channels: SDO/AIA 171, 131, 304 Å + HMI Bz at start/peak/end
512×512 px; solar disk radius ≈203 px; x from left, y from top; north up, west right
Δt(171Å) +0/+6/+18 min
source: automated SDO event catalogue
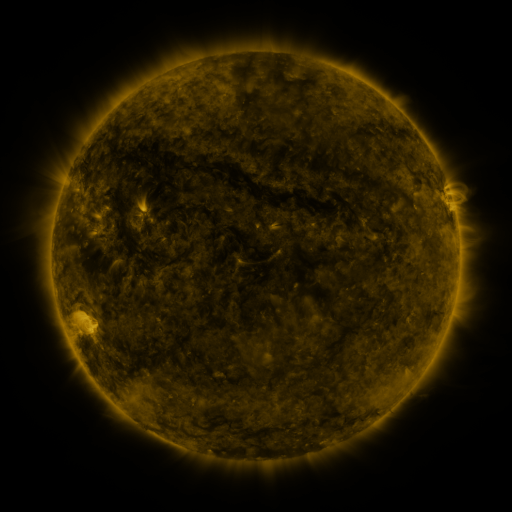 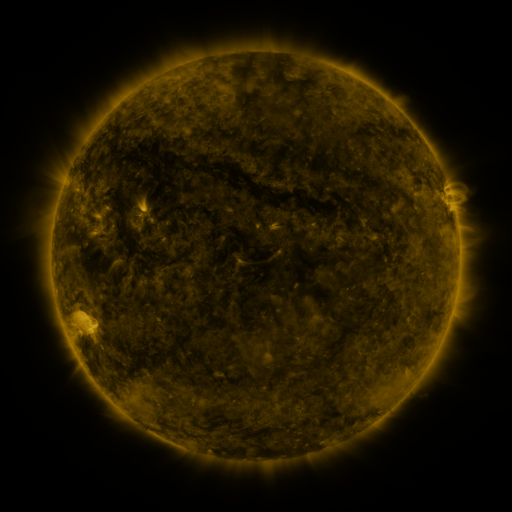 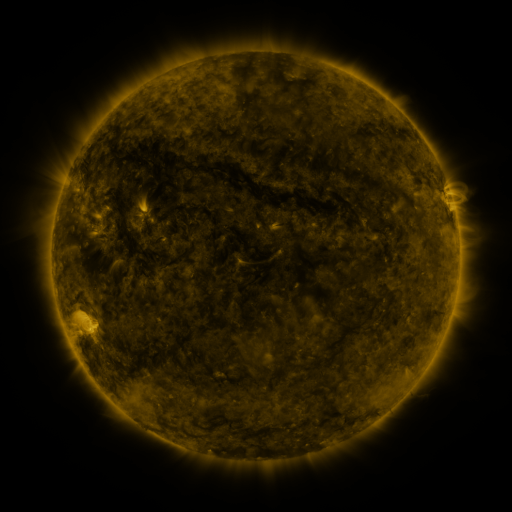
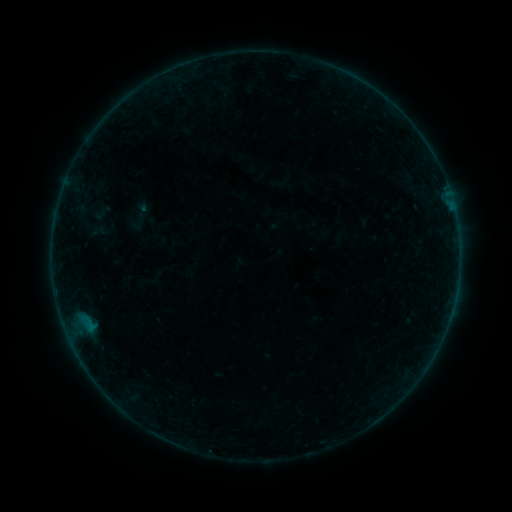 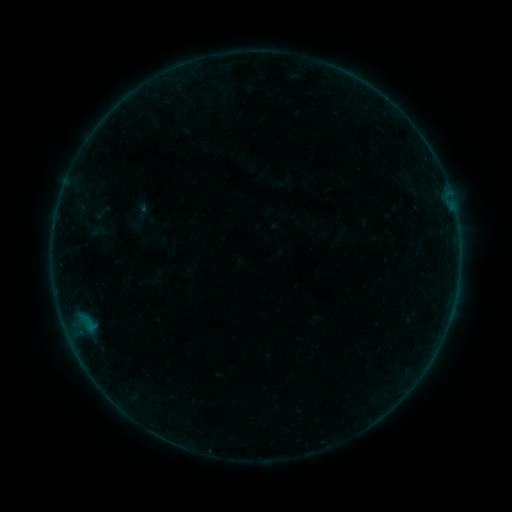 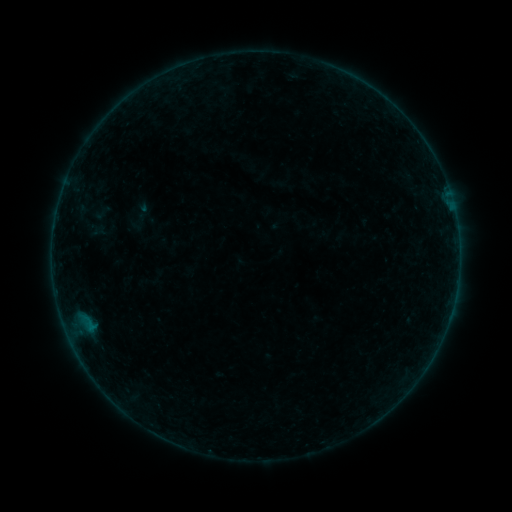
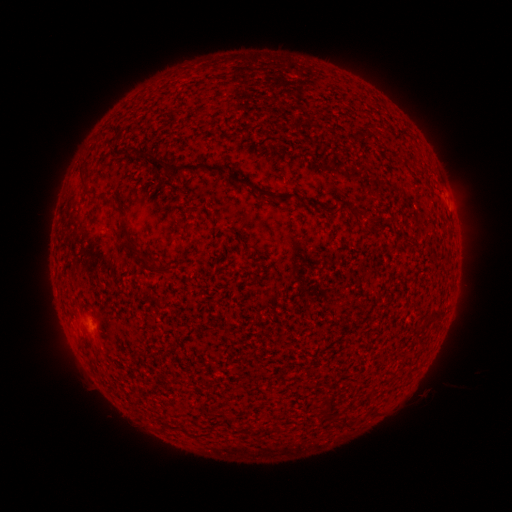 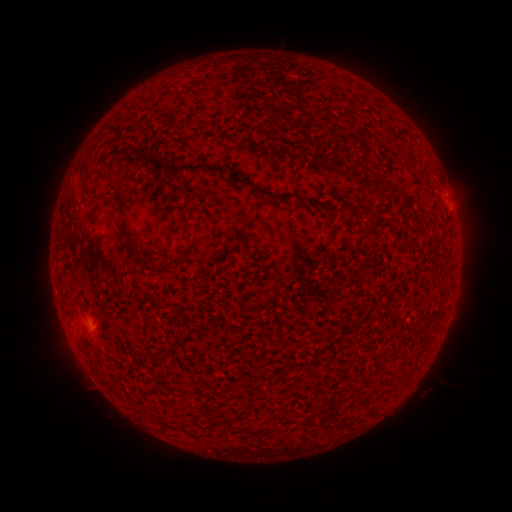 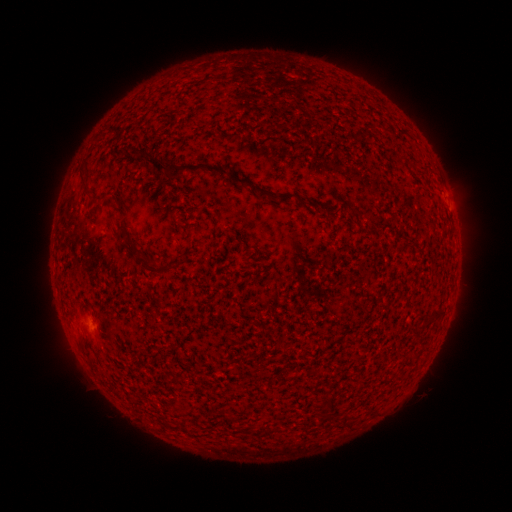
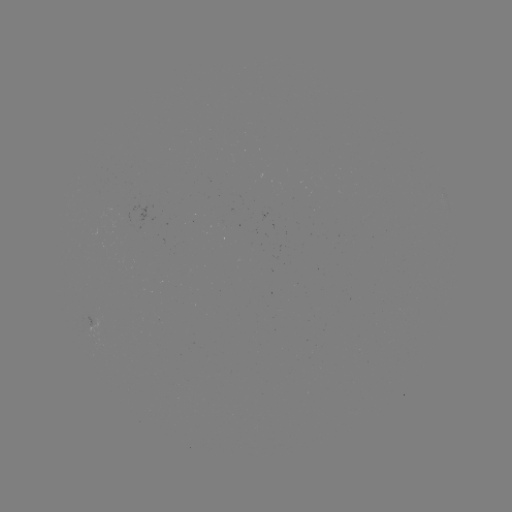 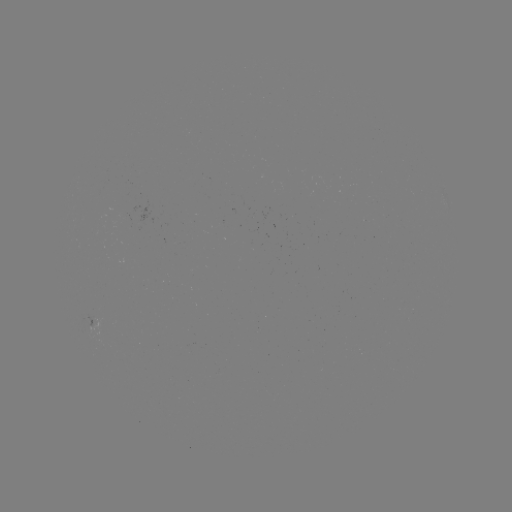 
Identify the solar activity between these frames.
no classed flare was catalogued and no EUV brightening was flagged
